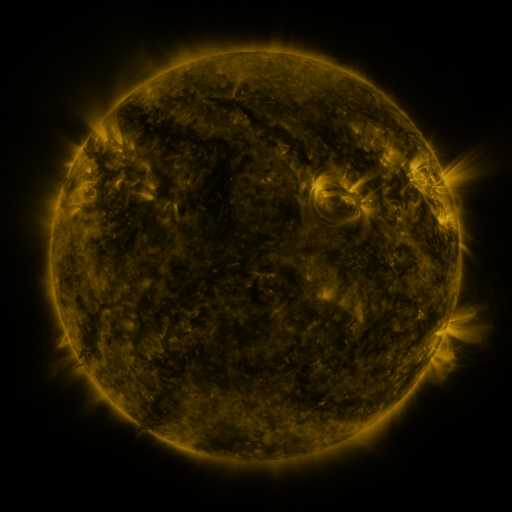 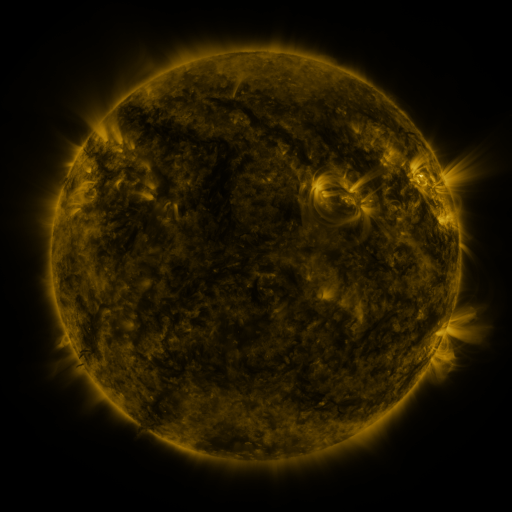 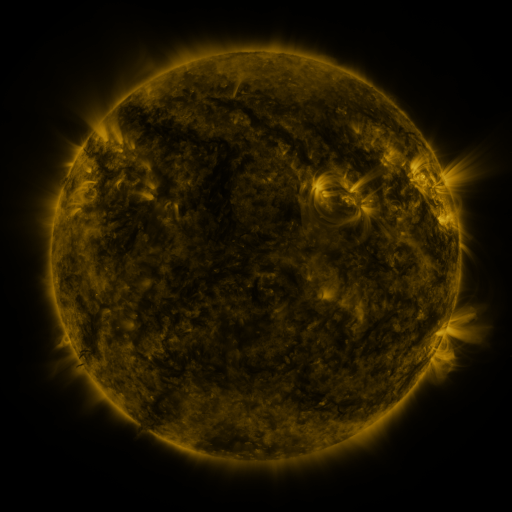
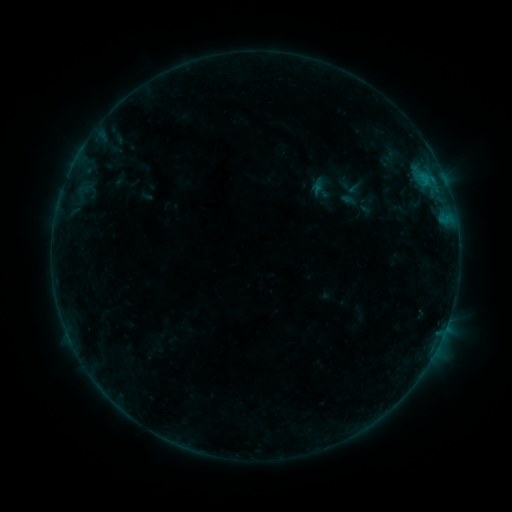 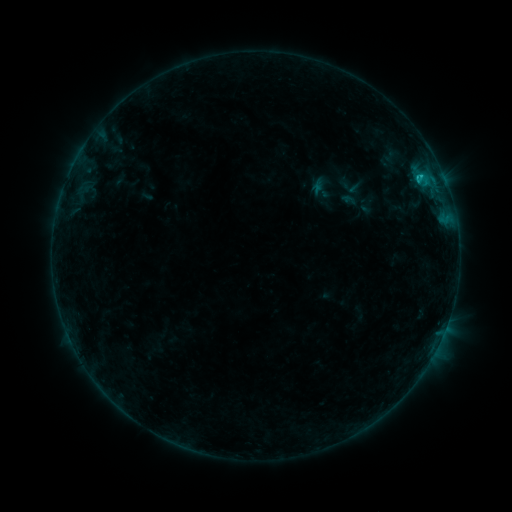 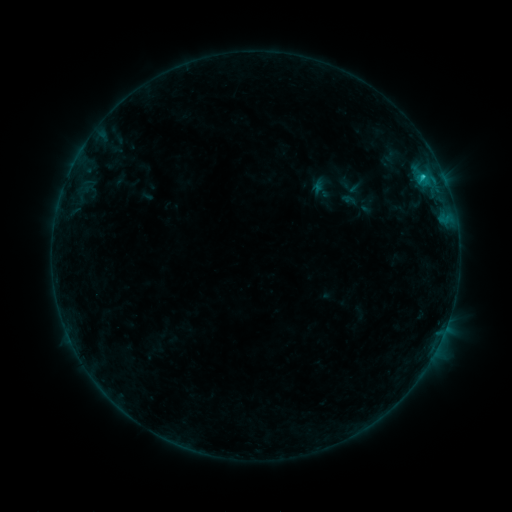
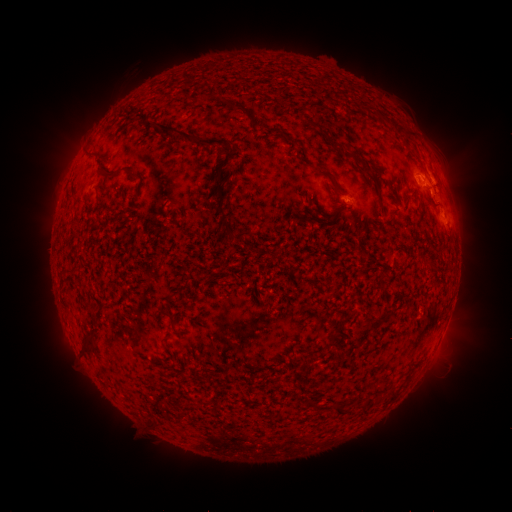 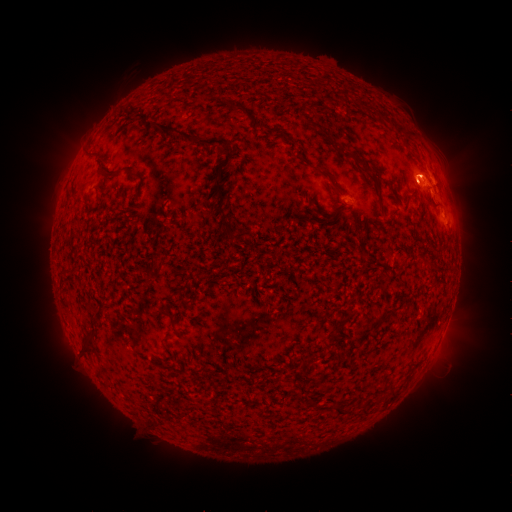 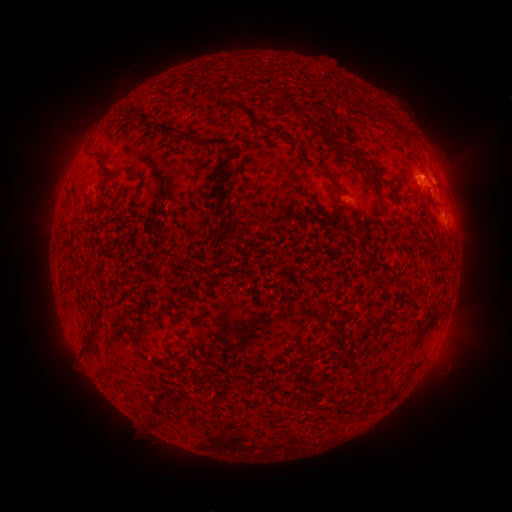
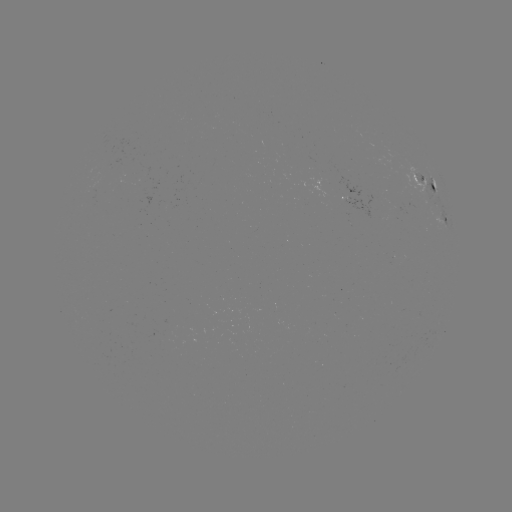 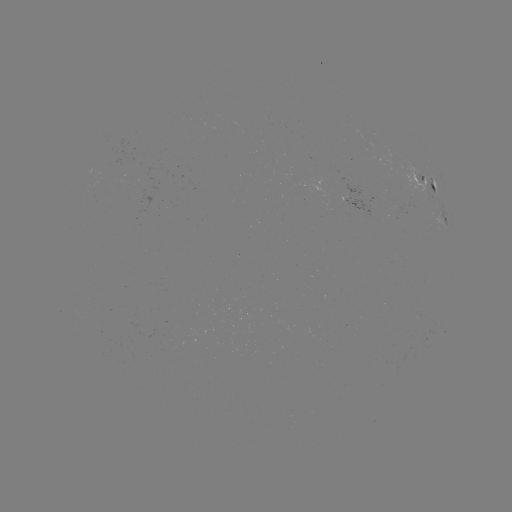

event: flare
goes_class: C1.2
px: (419, 178)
